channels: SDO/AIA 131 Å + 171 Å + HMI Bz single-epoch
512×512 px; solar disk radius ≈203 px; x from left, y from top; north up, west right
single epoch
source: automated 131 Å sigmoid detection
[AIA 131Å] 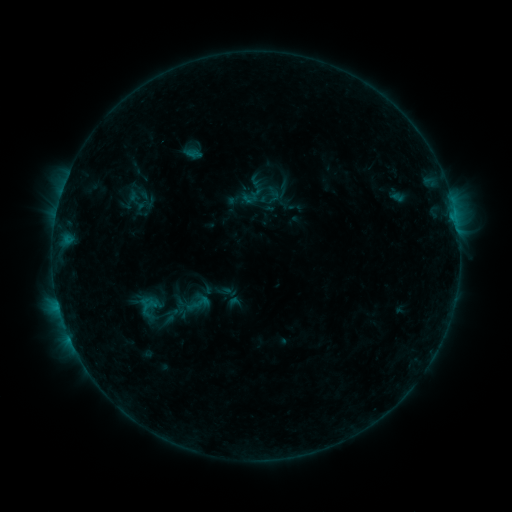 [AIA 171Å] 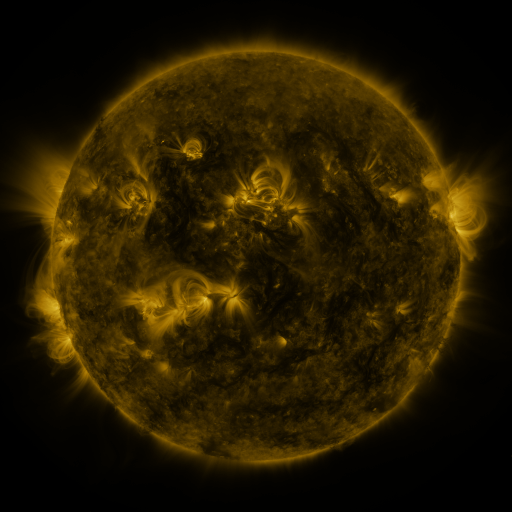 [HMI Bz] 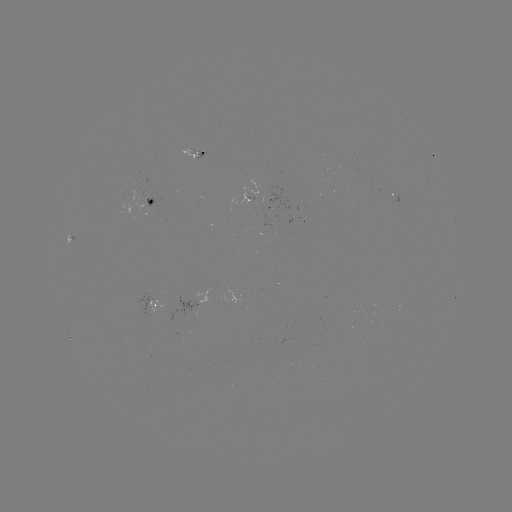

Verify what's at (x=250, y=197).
sigmoid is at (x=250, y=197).